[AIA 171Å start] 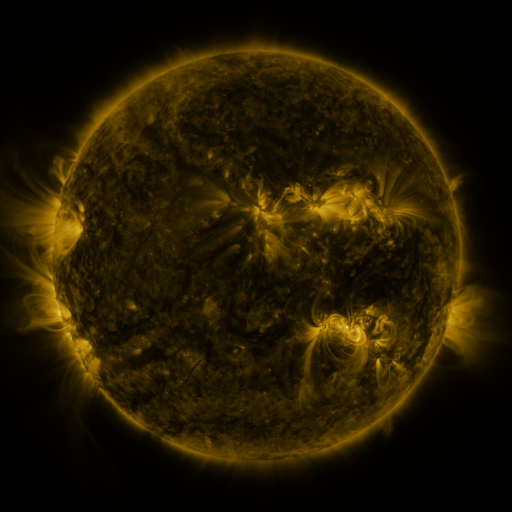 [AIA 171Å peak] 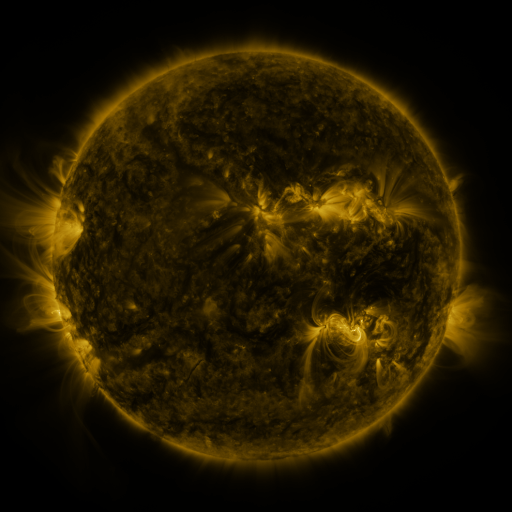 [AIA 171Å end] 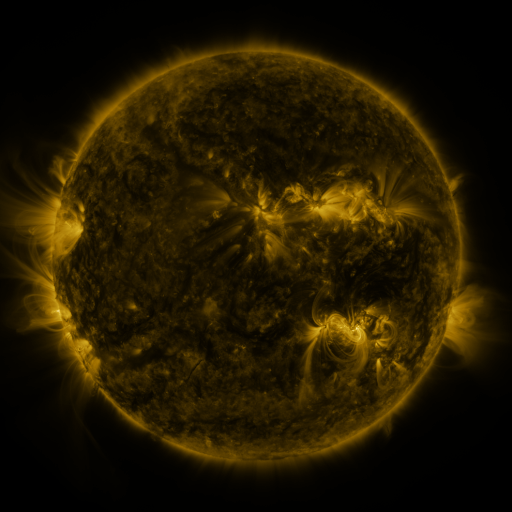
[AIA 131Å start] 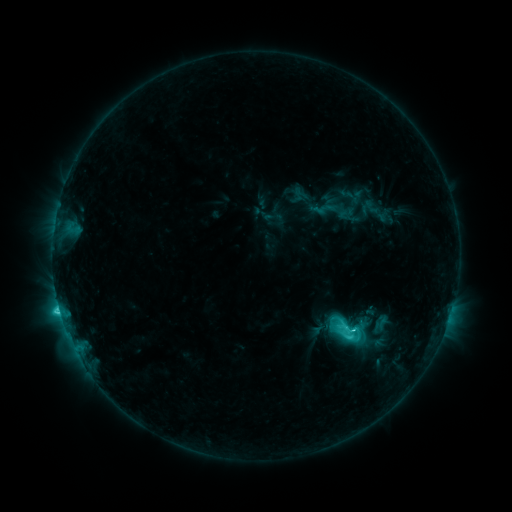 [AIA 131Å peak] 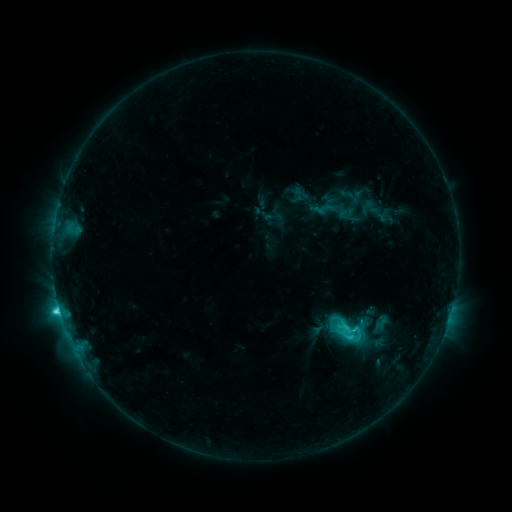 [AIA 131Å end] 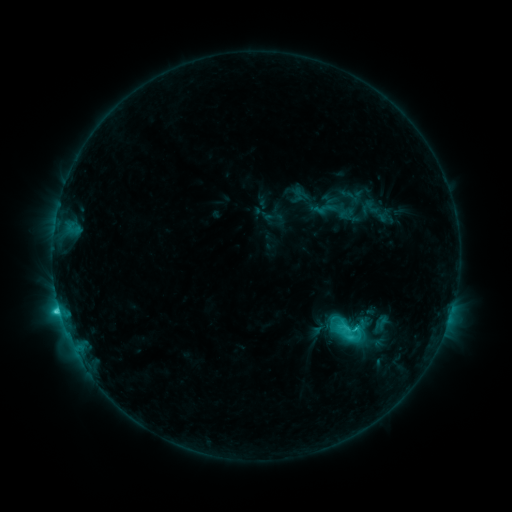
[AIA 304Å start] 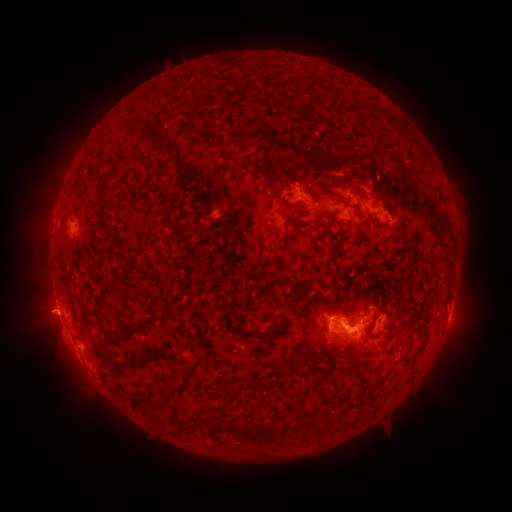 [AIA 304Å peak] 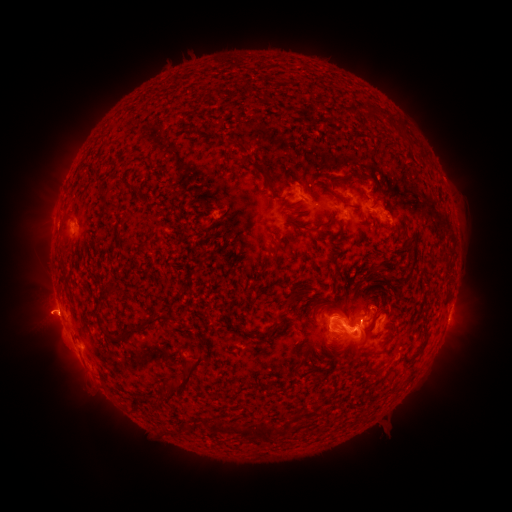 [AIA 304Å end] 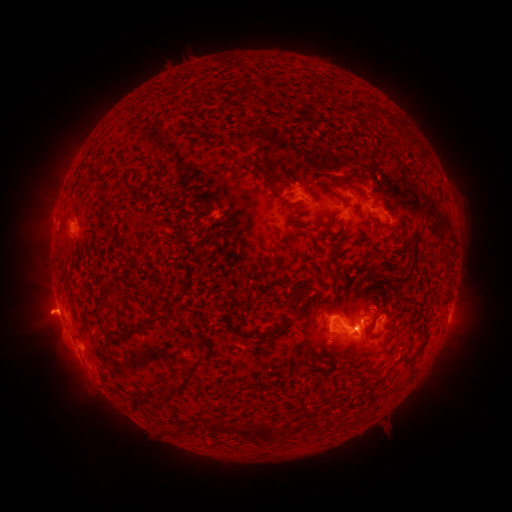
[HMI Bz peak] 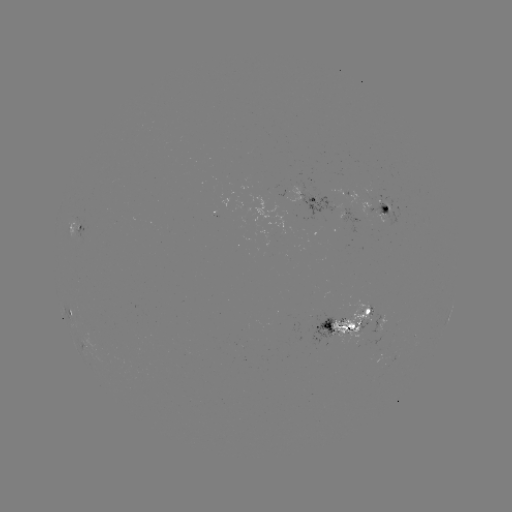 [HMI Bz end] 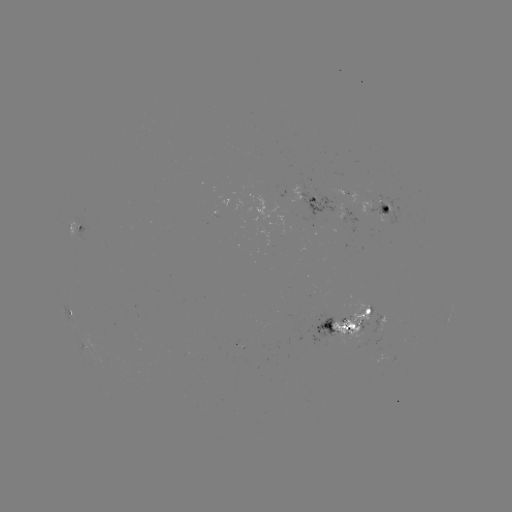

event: eruption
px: (37, 315)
